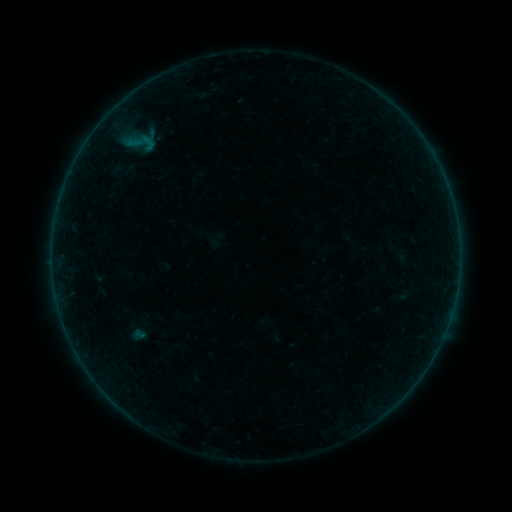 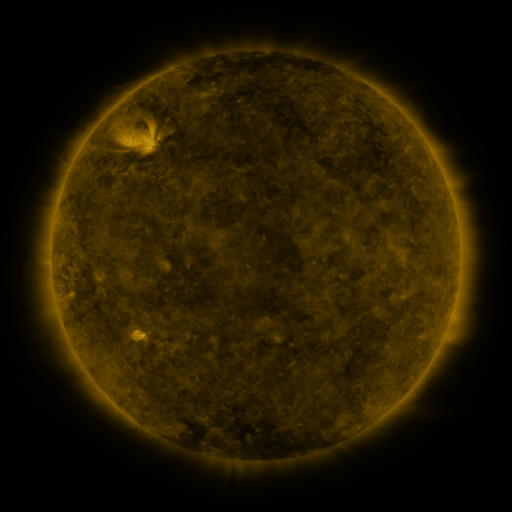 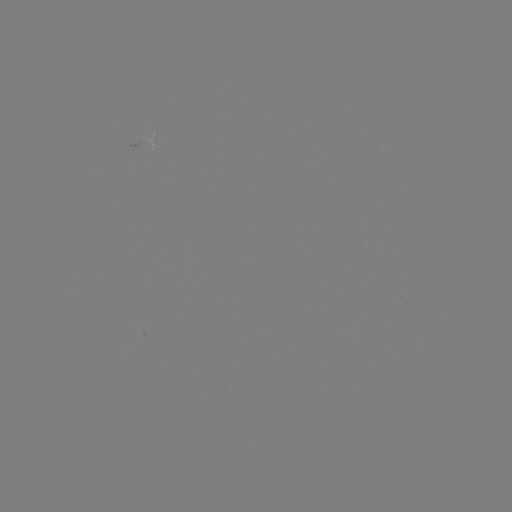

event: sigmoid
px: (141, 142)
